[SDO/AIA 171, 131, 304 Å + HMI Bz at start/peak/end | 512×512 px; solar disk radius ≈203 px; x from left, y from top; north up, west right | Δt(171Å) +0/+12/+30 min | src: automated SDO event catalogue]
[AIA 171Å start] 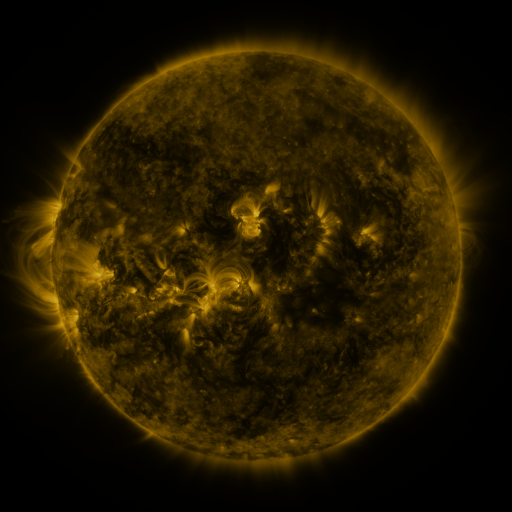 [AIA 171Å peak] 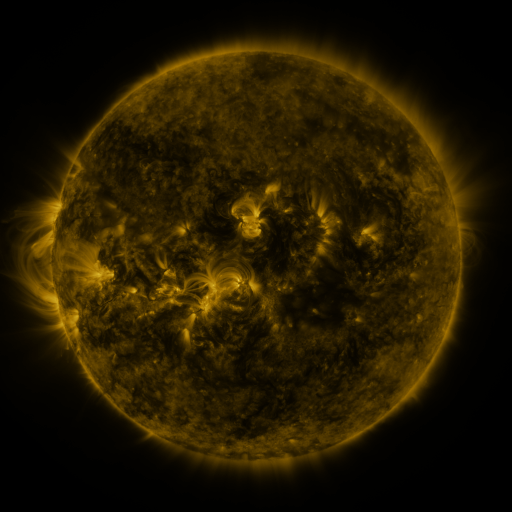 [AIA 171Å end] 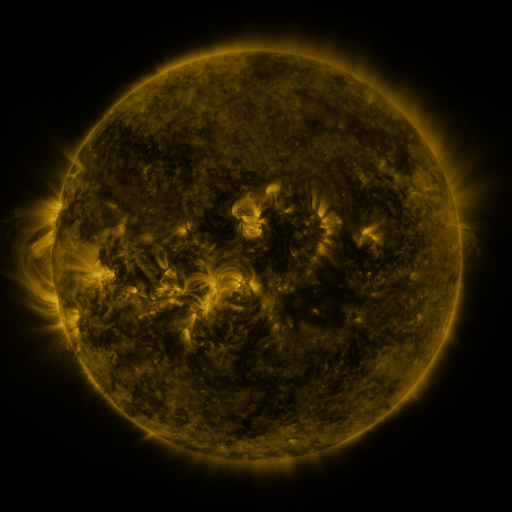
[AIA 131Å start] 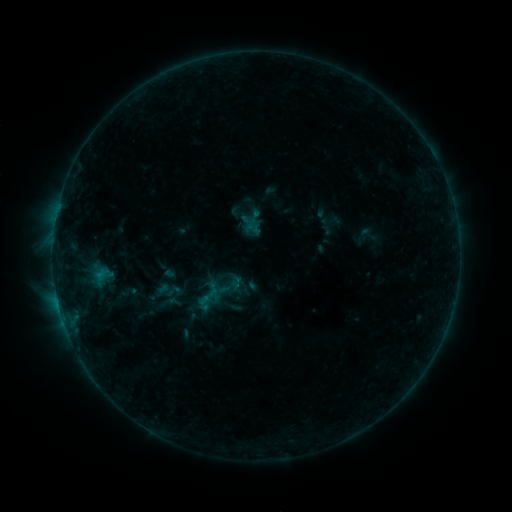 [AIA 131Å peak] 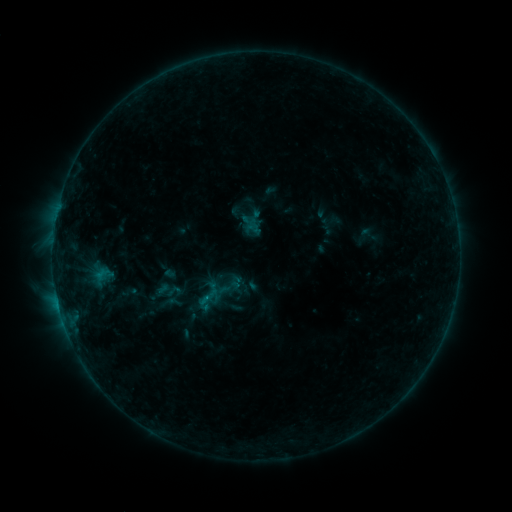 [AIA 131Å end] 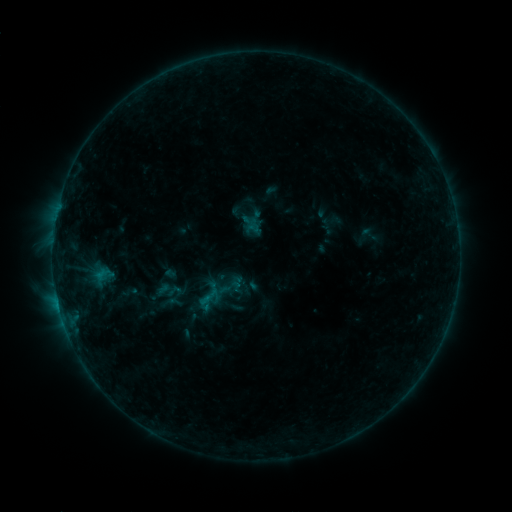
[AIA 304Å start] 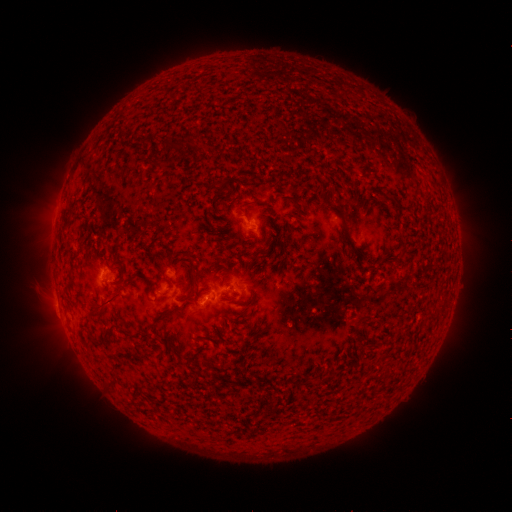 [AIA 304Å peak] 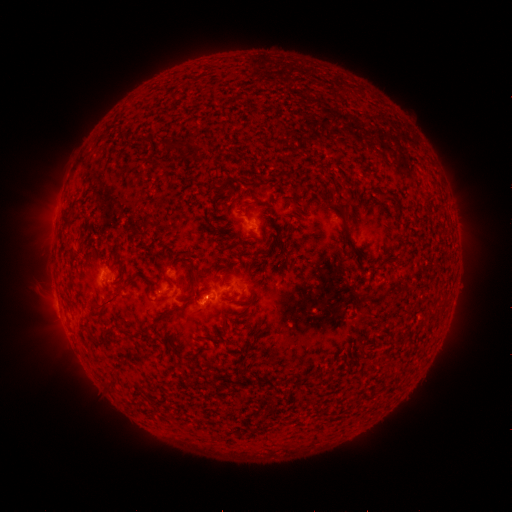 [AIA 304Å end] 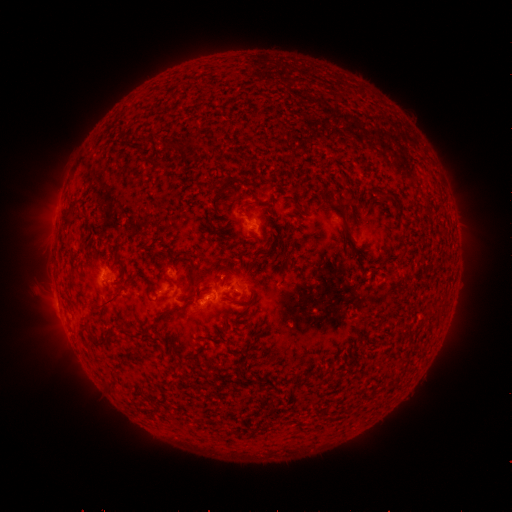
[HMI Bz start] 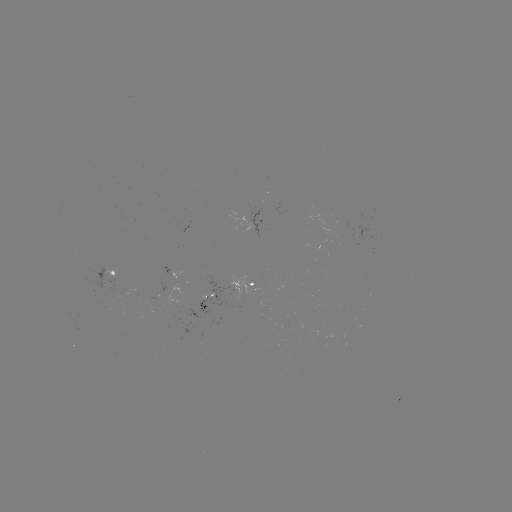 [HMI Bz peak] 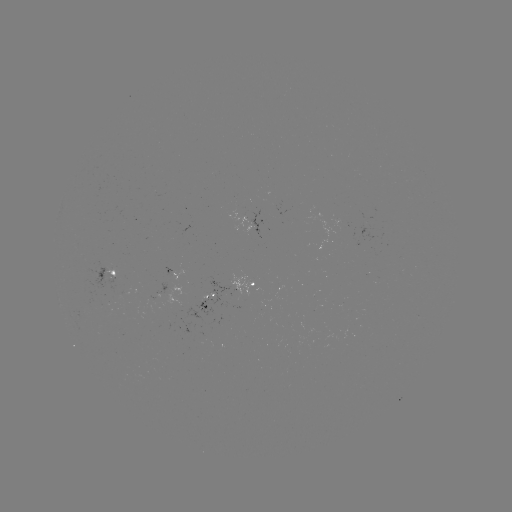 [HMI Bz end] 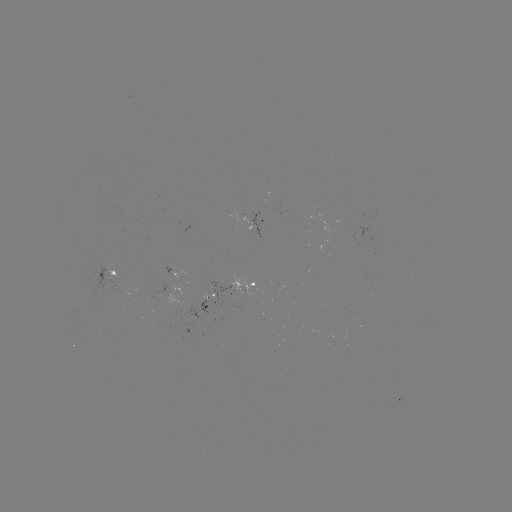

no classed flare was catalogued and no EUV brightening was flagged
